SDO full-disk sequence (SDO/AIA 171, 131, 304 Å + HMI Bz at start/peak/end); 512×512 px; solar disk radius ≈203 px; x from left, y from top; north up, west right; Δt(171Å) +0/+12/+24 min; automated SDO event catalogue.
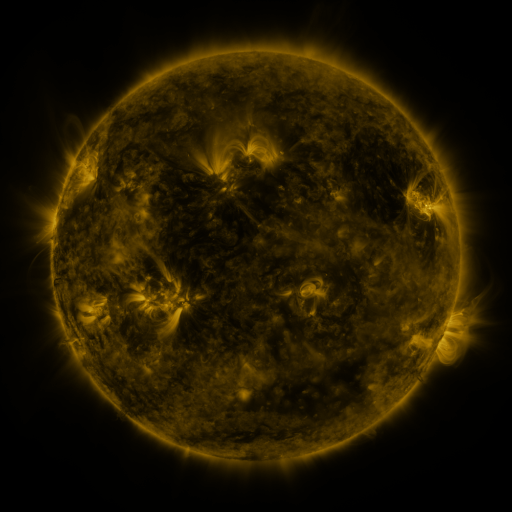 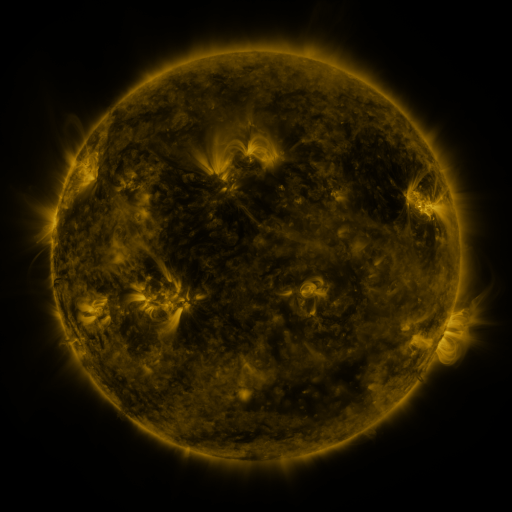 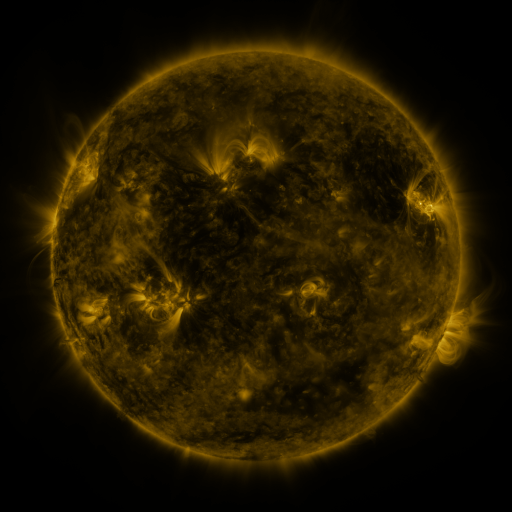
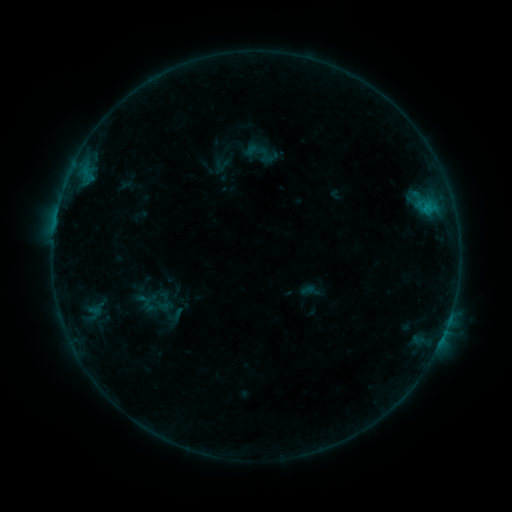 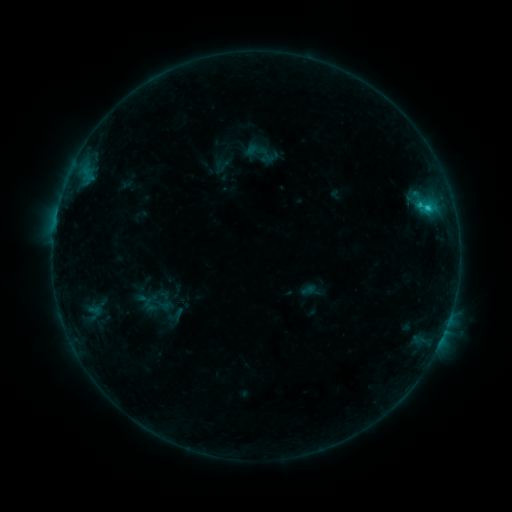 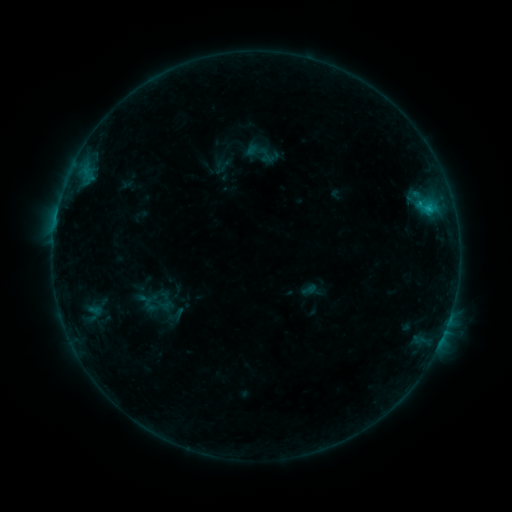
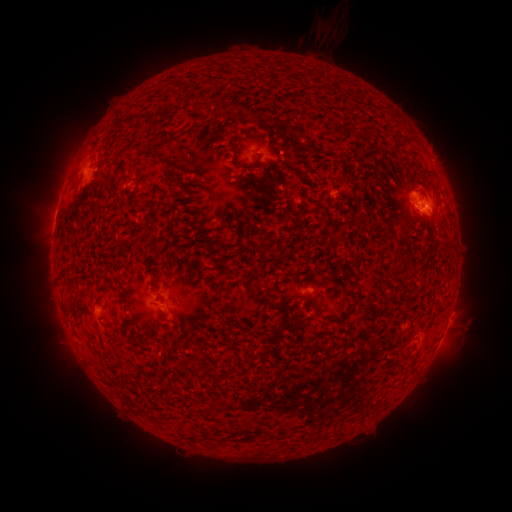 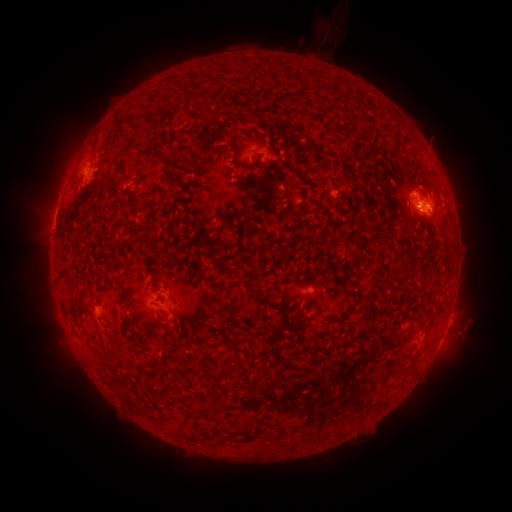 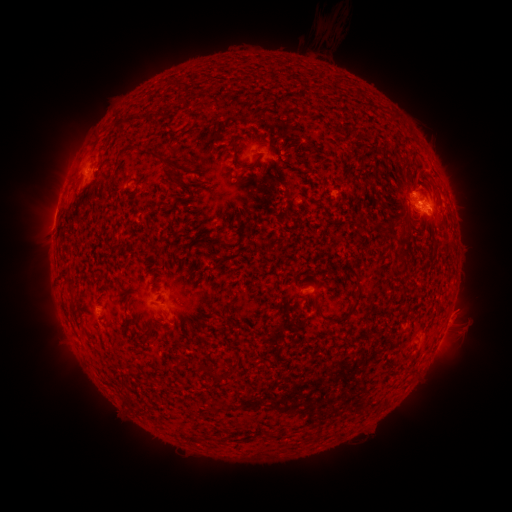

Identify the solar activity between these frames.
C1.2 flare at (427, 208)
